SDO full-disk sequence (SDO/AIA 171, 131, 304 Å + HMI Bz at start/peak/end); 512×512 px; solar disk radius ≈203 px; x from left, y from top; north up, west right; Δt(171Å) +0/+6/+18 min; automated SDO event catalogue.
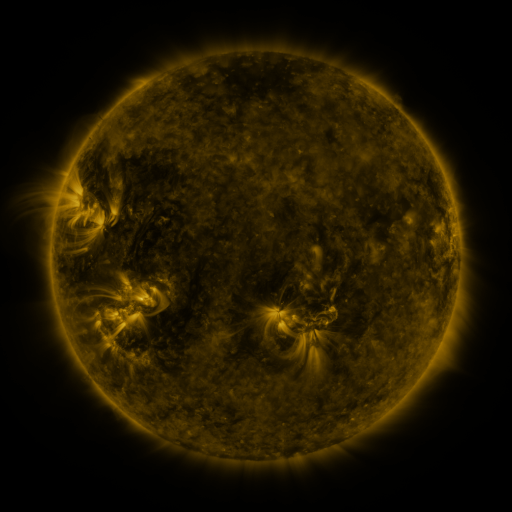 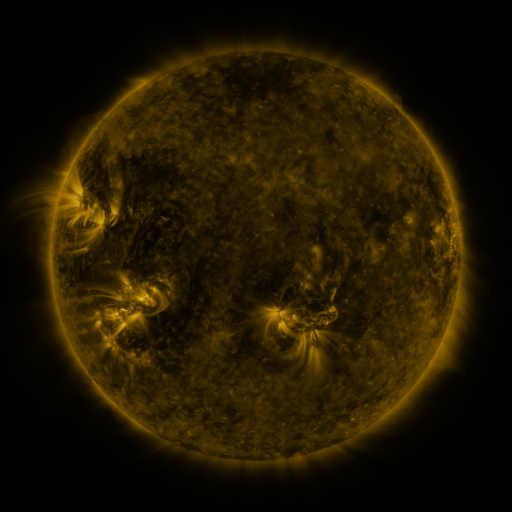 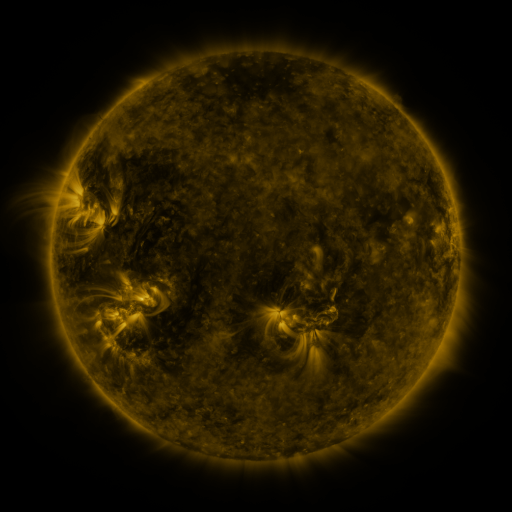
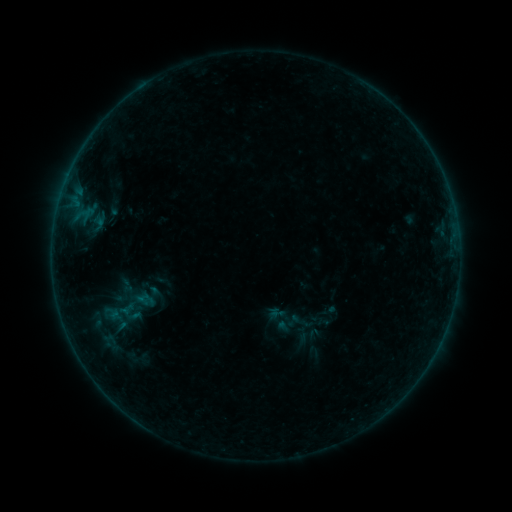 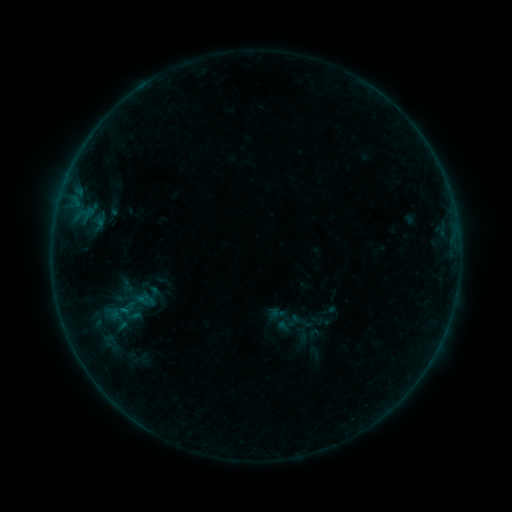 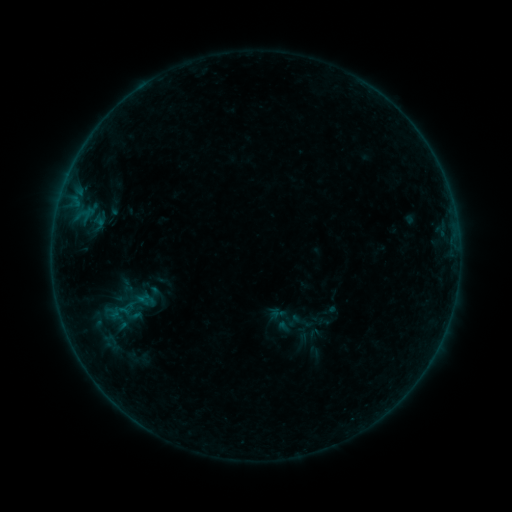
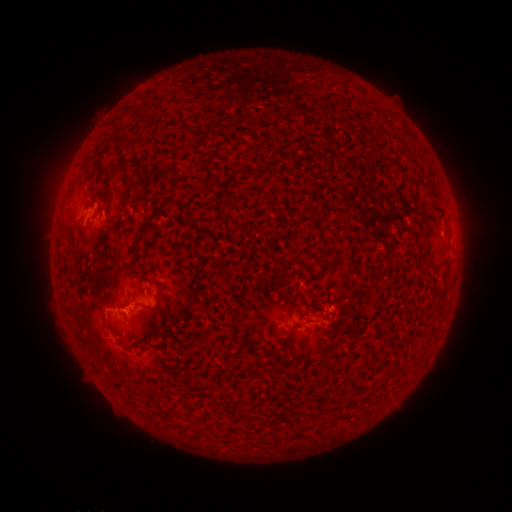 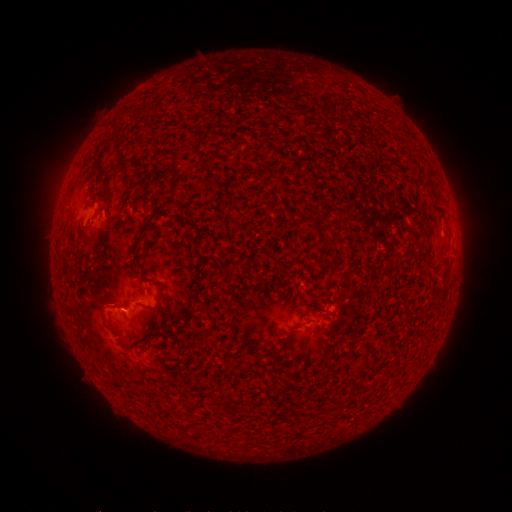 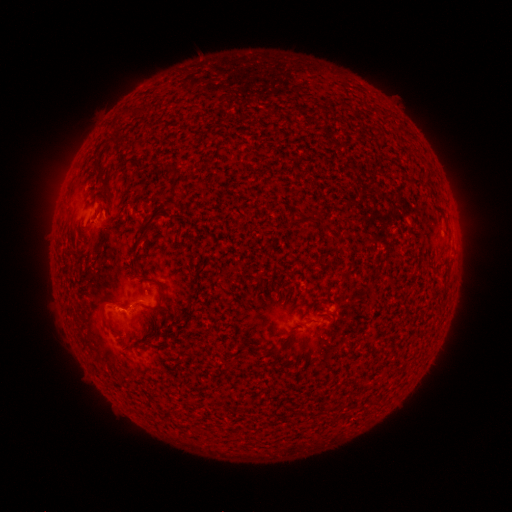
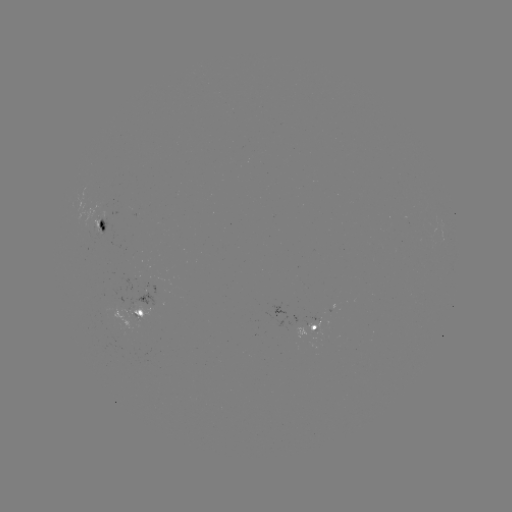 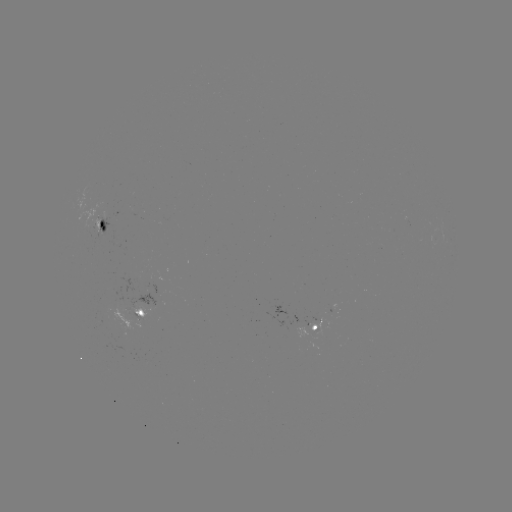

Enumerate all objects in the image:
B2.1 flare: (126, 309)
